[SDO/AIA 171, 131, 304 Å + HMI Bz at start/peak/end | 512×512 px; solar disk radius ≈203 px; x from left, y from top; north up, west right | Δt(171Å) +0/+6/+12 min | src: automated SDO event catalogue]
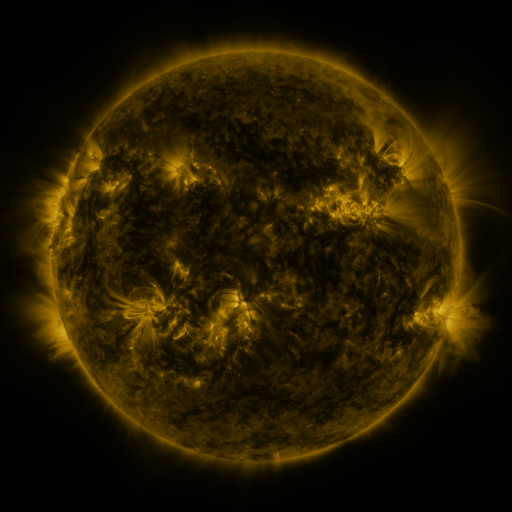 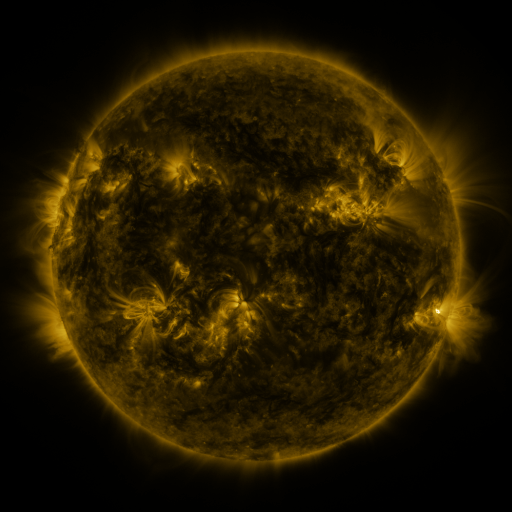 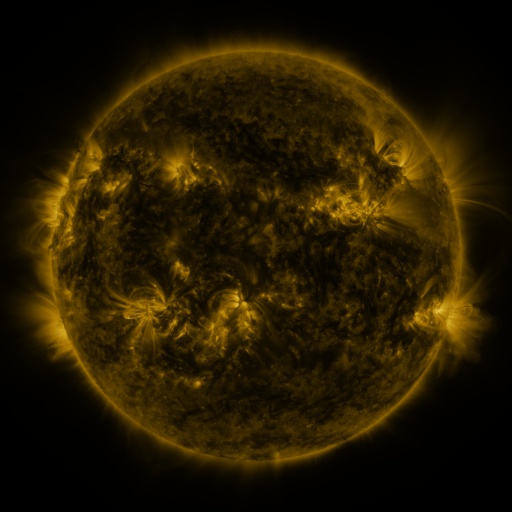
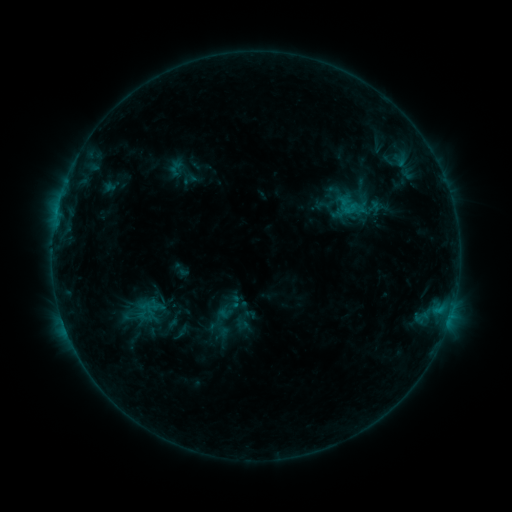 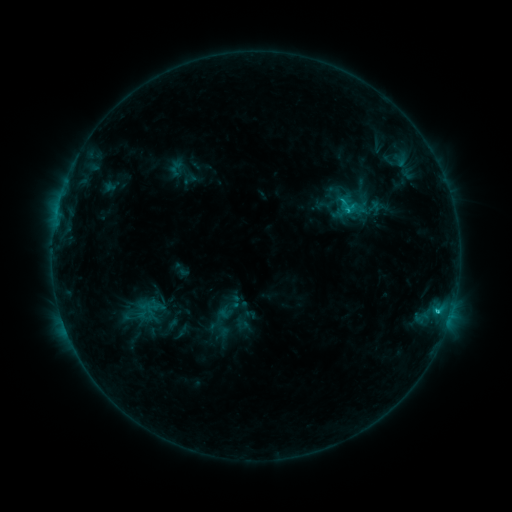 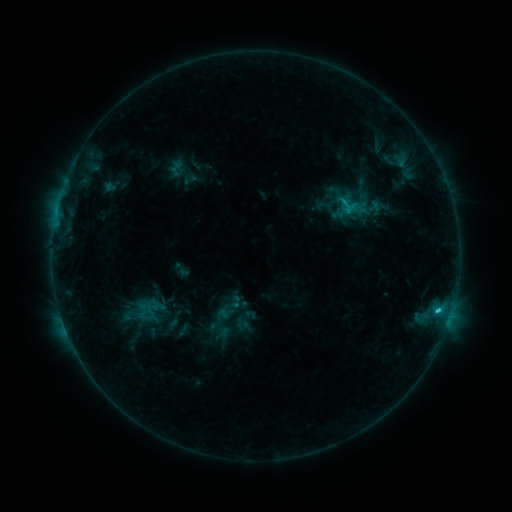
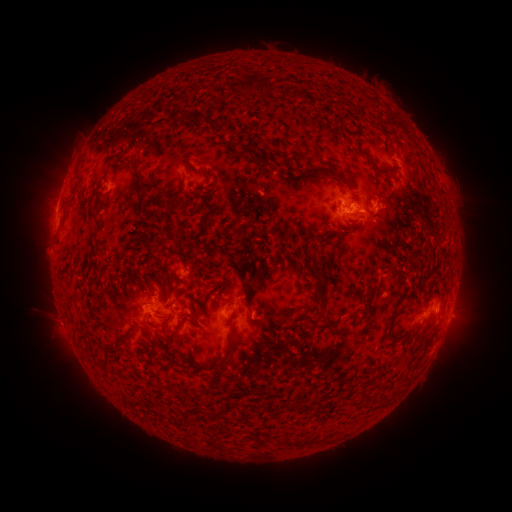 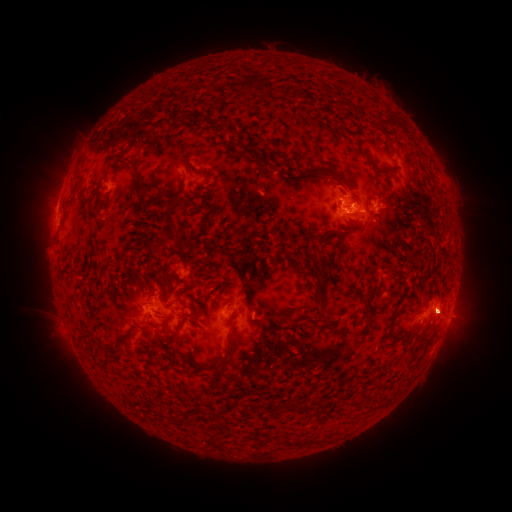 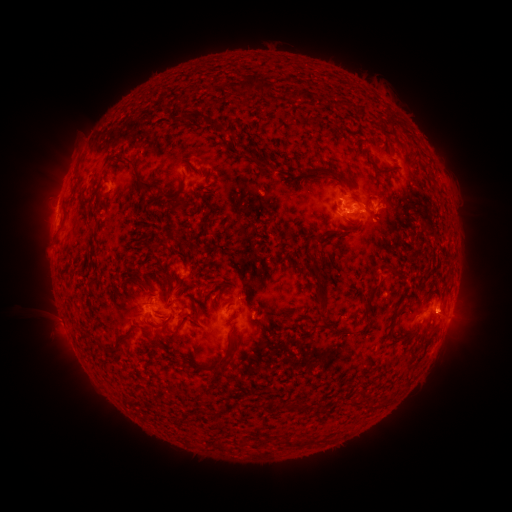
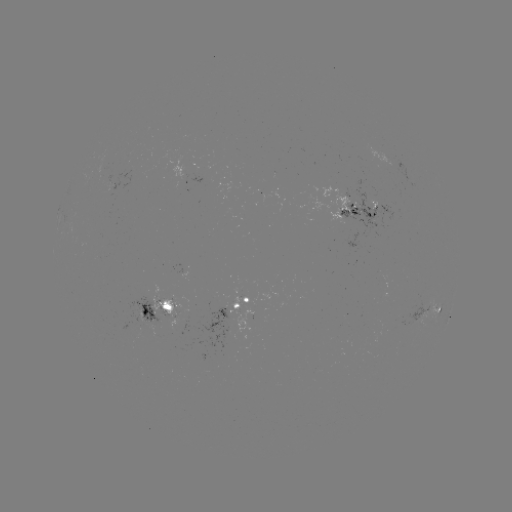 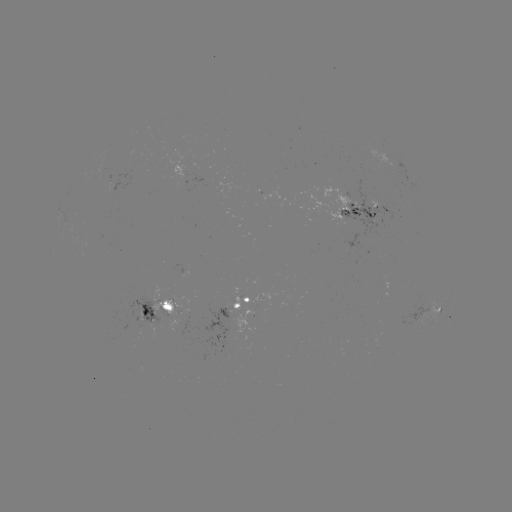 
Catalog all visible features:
C1.7 flare: (347, 211)
